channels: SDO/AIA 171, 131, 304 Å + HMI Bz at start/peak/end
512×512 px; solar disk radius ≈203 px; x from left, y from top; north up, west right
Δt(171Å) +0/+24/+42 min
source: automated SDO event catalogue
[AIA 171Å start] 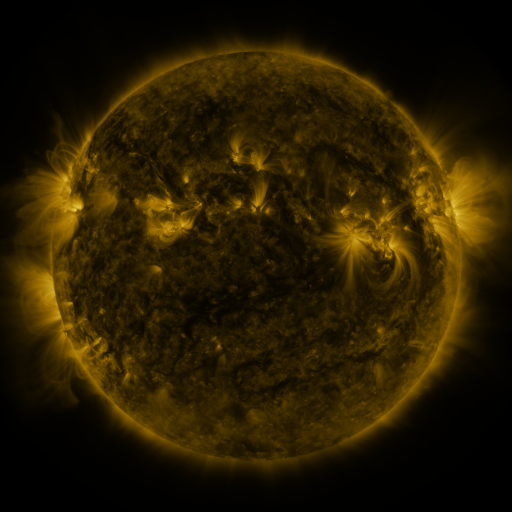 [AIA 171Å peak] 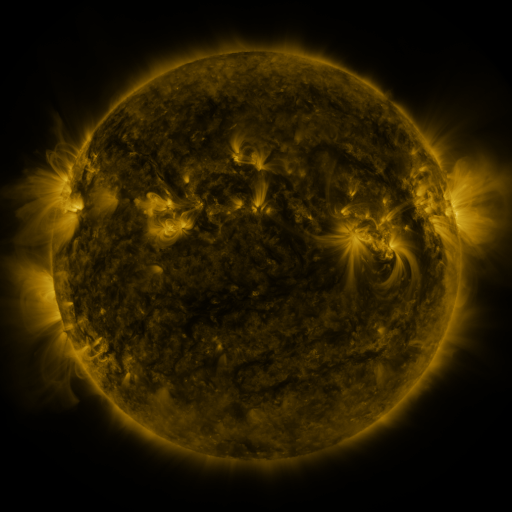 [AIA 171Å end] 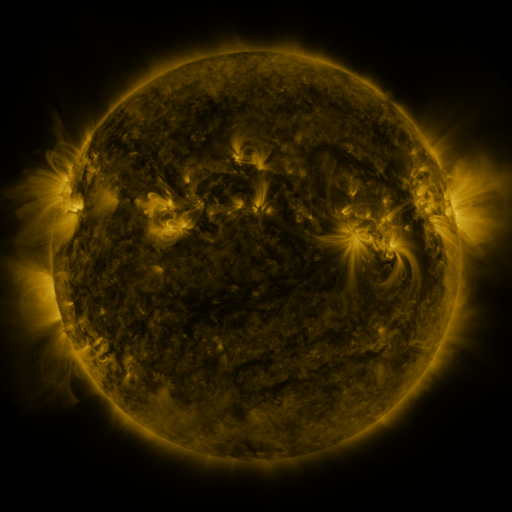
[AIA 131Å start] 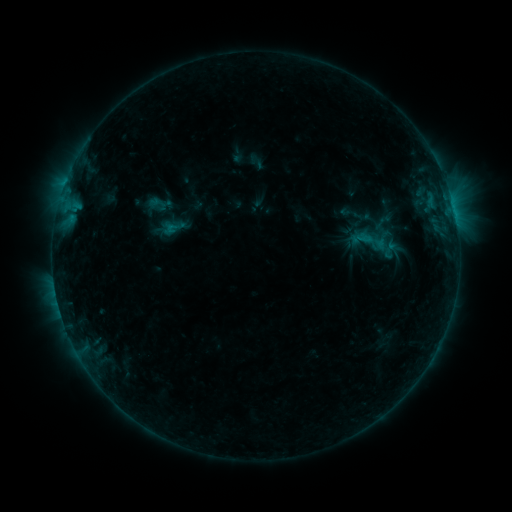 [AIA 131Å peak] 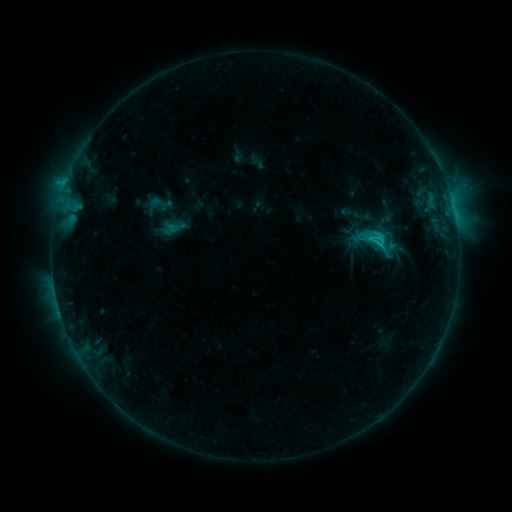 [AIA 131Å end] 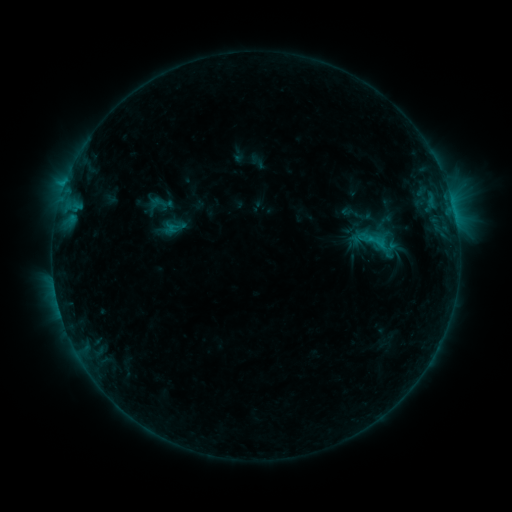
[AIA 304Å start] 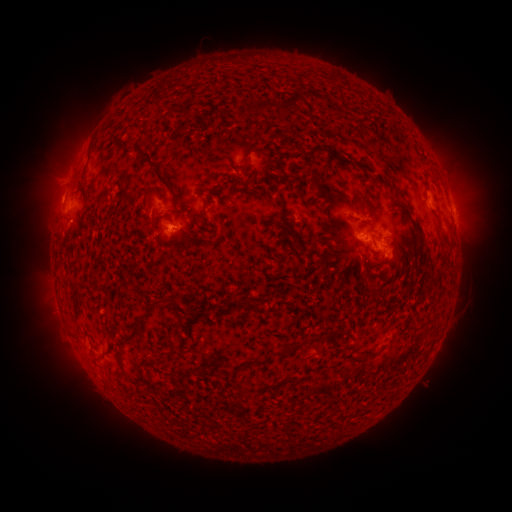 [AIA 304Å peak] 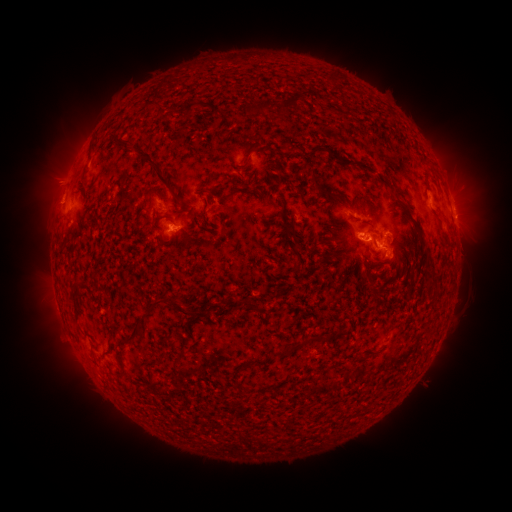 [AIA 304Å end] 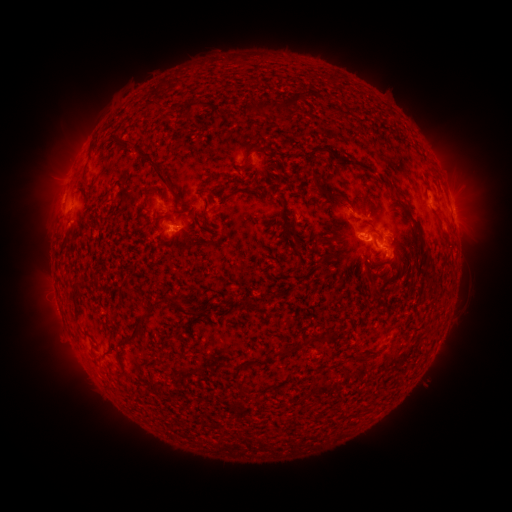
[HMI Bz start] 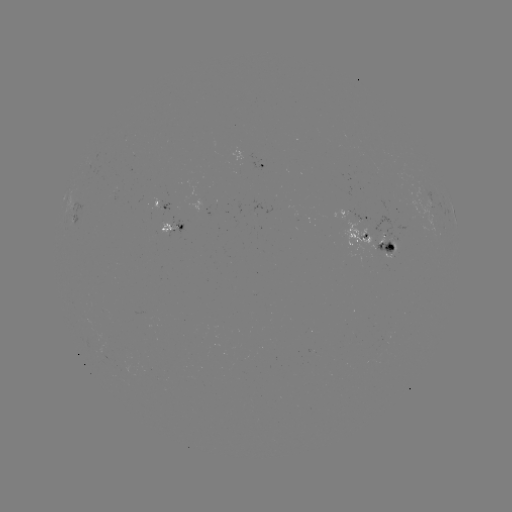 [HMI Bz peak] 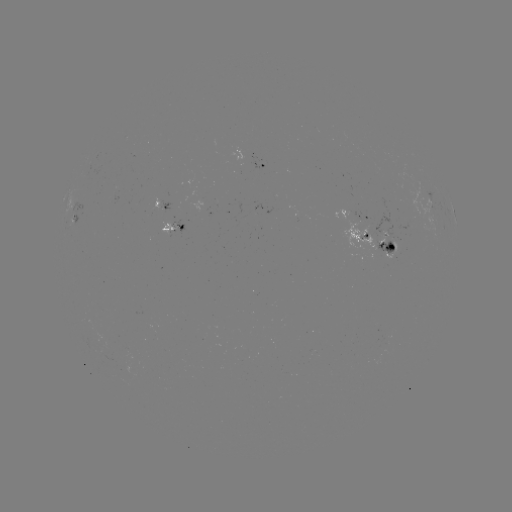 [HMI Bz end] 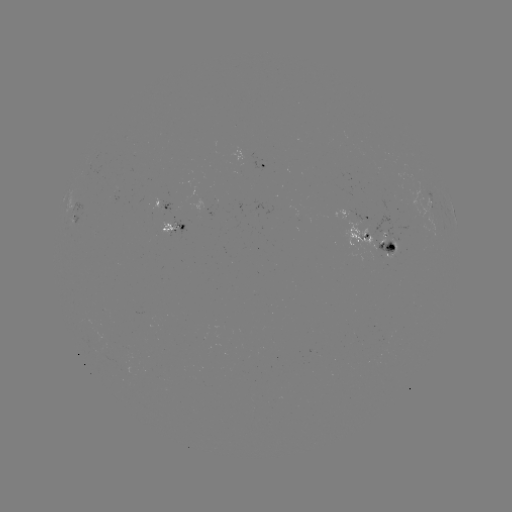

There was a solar flare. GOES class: C2.3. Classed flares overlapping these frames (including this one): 2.